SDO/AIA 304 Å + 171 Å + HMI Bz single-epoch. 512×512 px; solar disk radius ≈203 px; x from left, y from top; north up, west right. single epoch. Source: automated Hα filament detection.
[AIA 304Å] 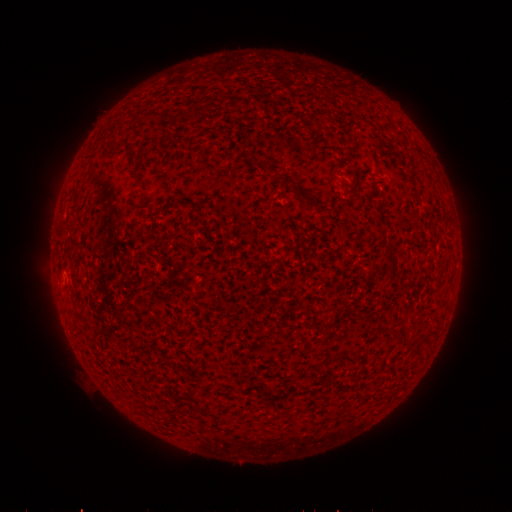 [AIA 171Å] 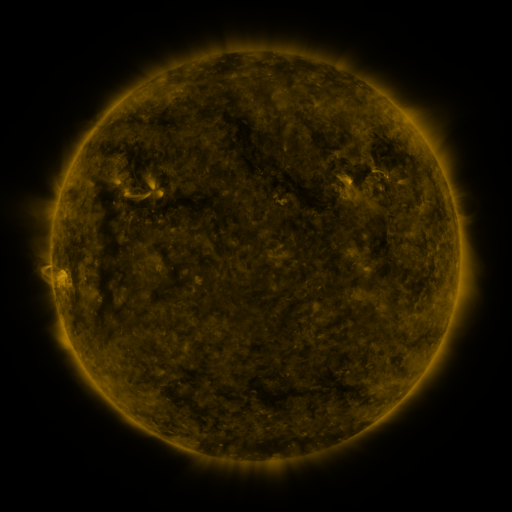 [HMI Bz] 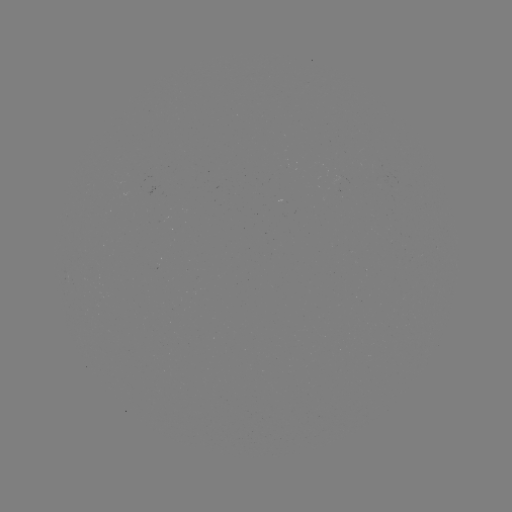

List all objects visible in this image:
filament: (152, 114)
filament: (276, 173)
filament: (447, 219)
filament: (389, 253)
filament: (392, 273)
filament: (189, 404)
